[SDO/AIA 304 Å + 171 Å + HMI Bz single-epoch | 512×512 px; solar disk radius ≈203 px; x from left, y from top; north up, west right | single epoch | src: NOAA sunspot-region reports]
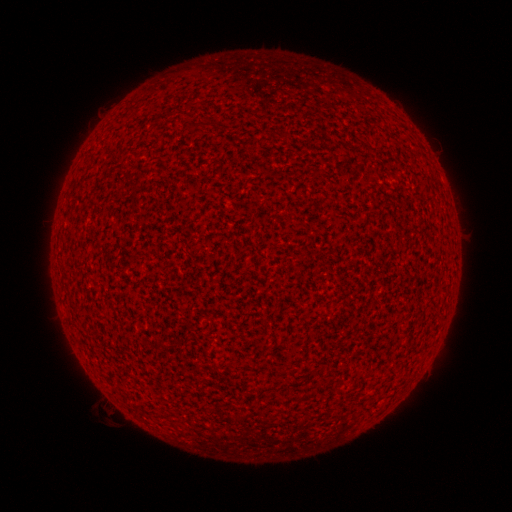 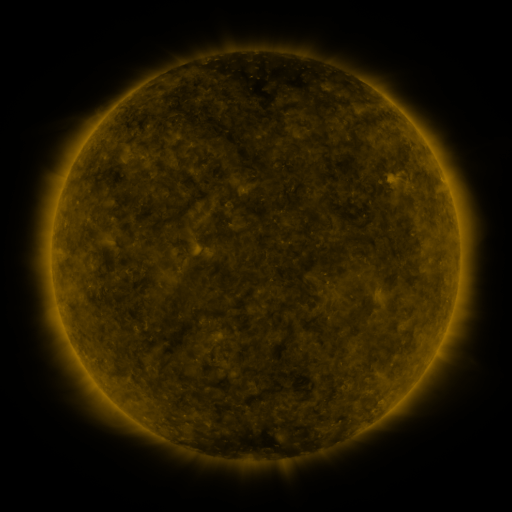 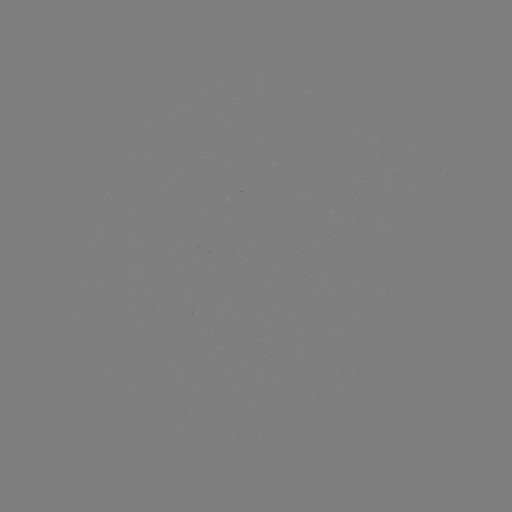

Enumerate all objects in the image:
(none)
